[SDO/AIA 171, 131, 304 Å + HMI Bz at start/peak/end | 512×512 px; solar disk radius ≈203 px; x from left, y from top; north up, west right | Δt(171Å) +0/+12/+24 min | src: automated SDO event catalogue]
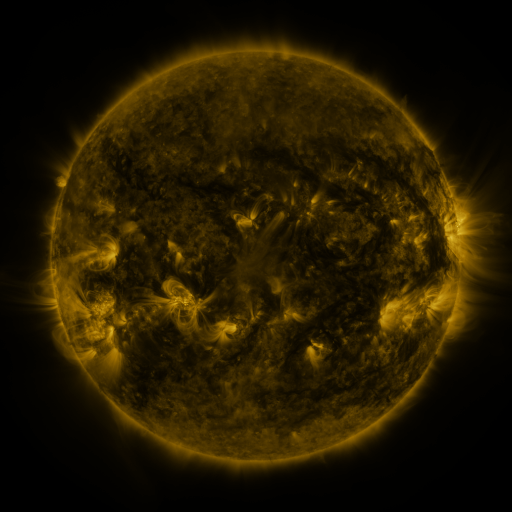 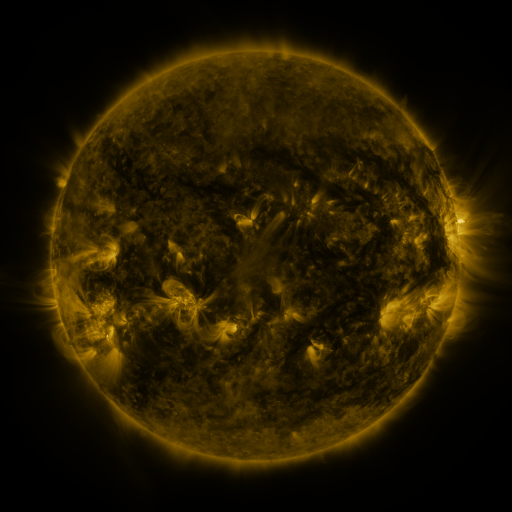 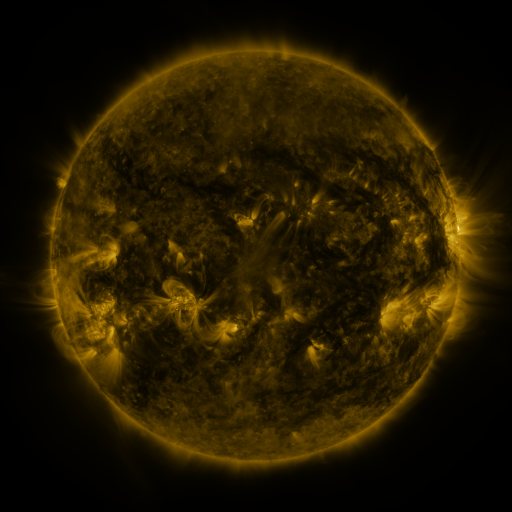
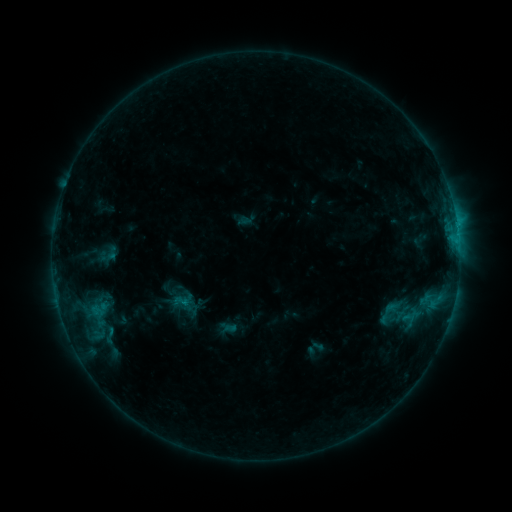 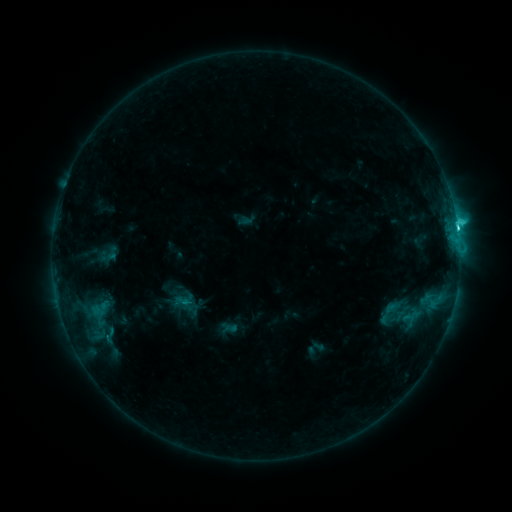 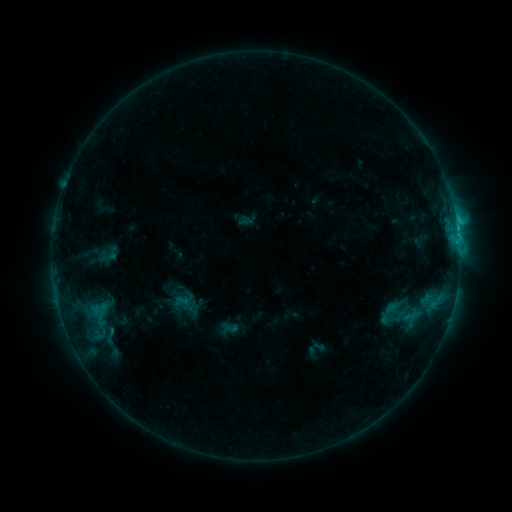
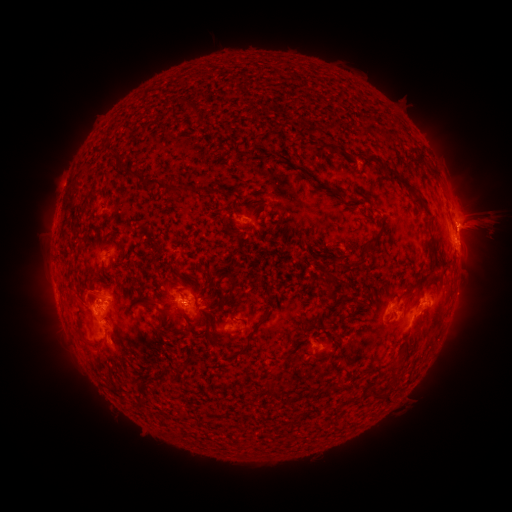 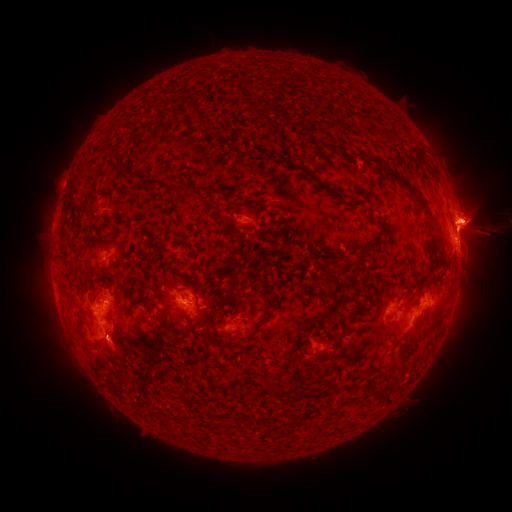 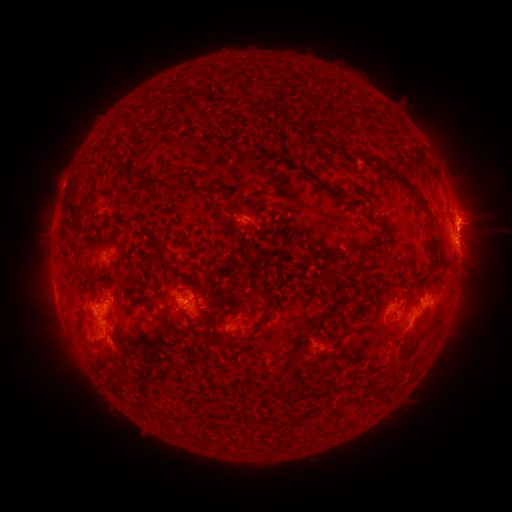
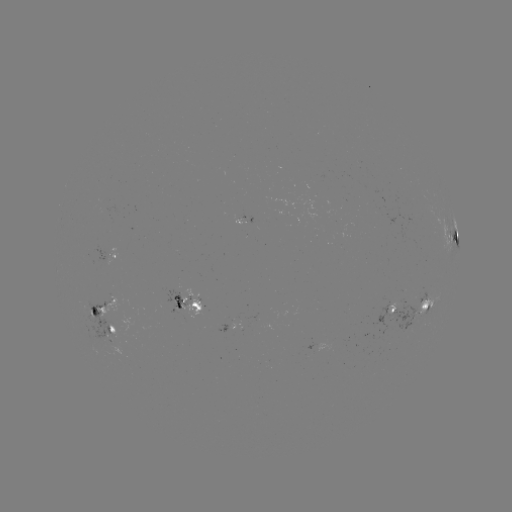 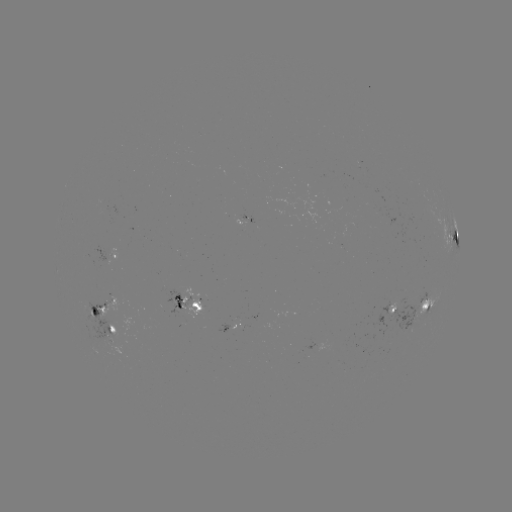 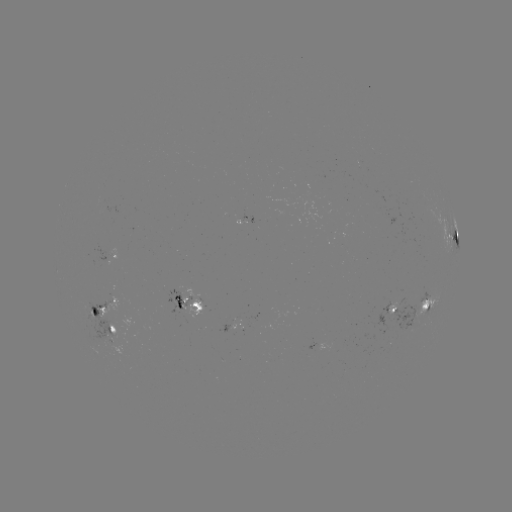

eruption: [383, 140, 511, 348]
